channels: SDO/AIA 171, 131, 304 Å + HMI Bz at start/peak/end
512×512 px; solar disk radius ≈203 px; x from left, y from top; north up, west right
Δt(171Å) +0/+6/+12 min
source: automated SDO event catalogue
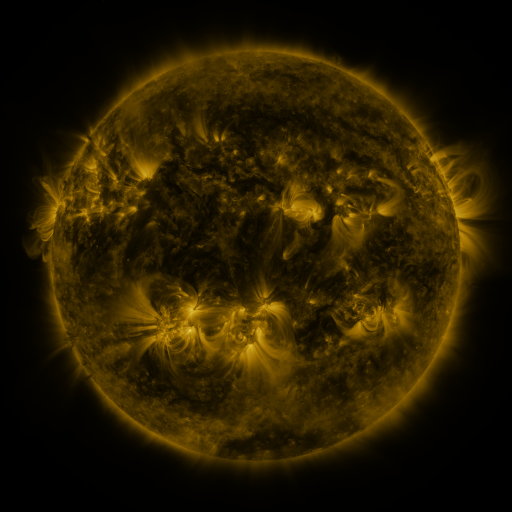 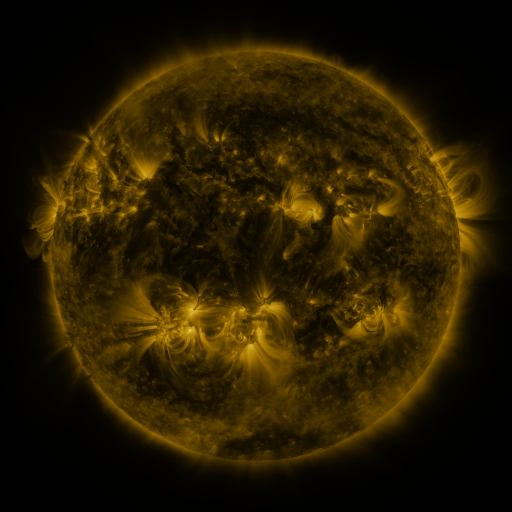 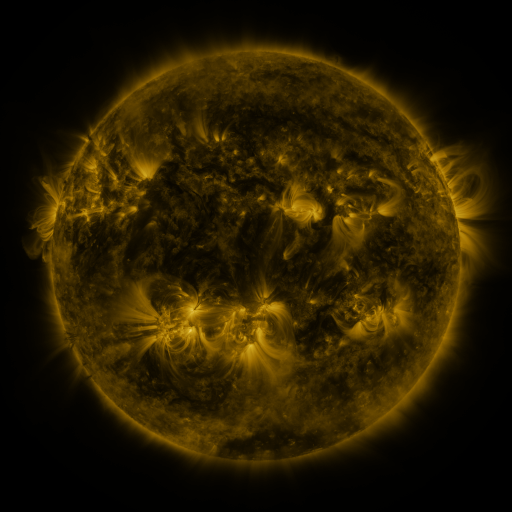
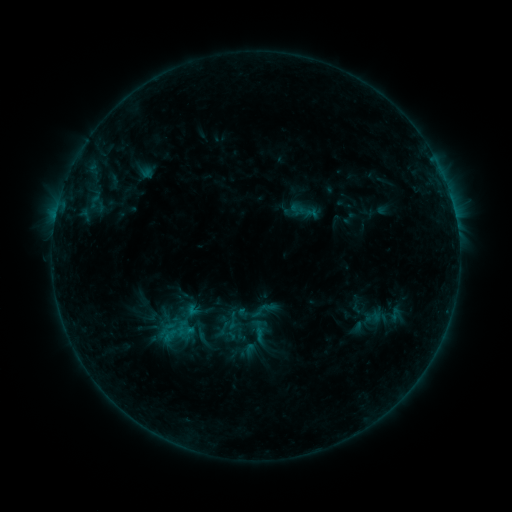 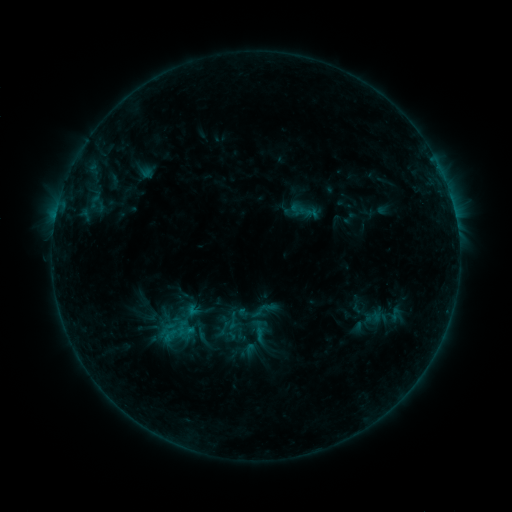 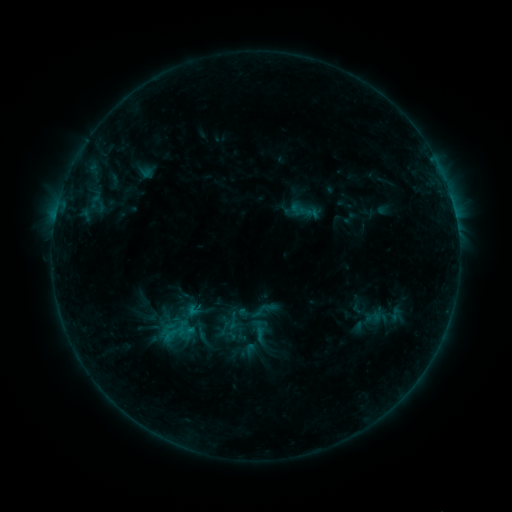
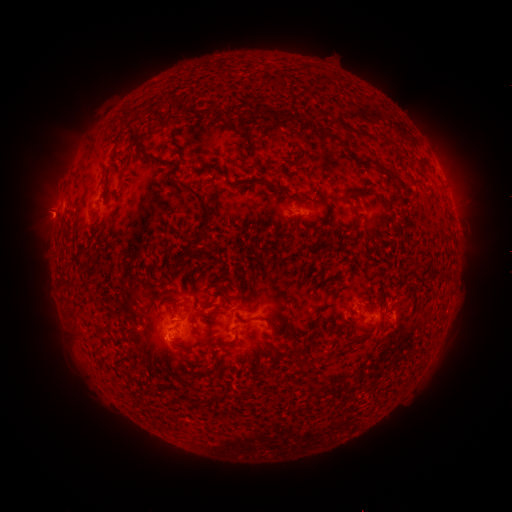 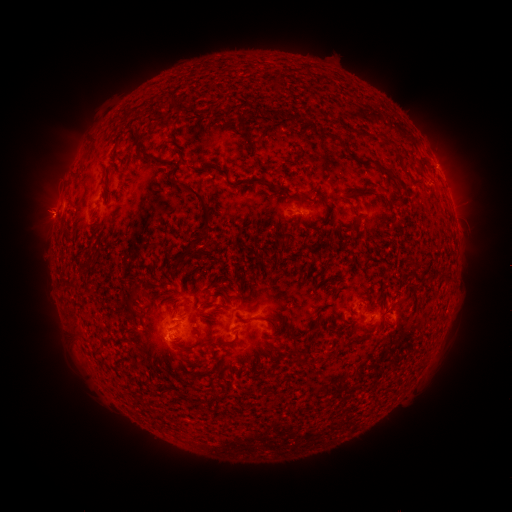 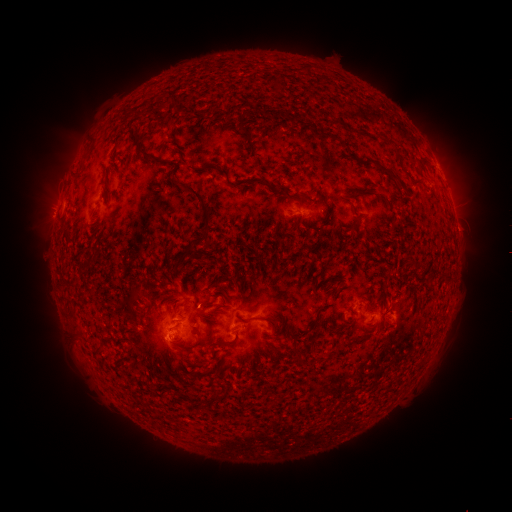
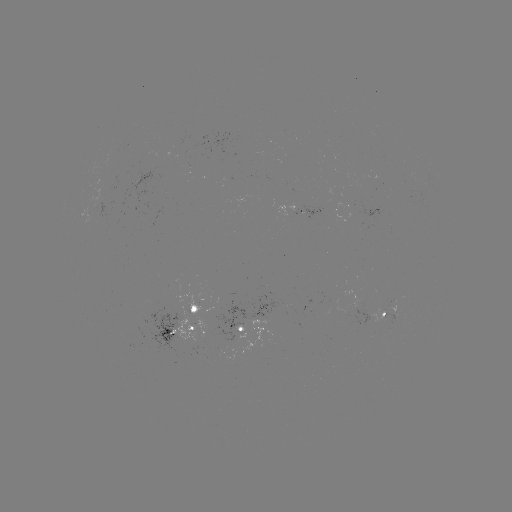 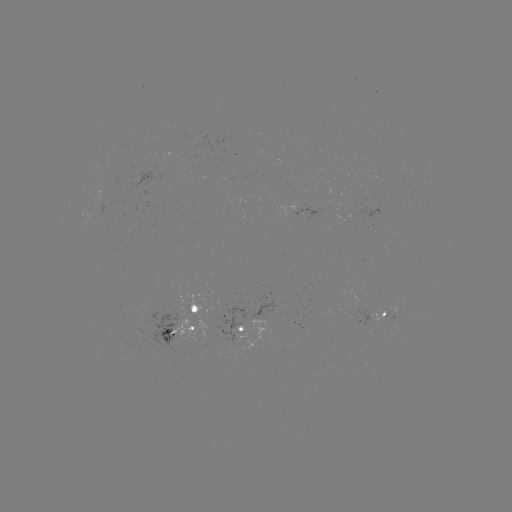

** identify eruption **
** [44, 214] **